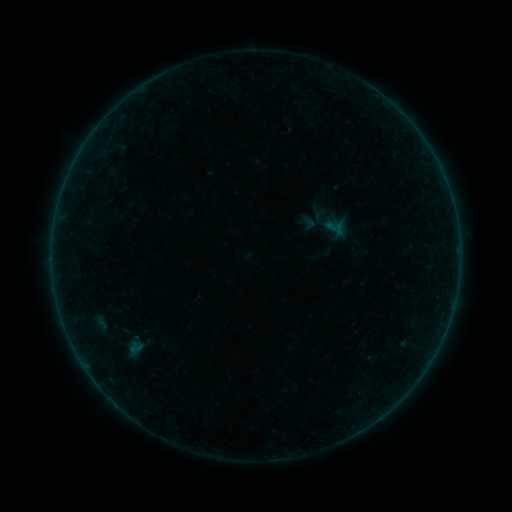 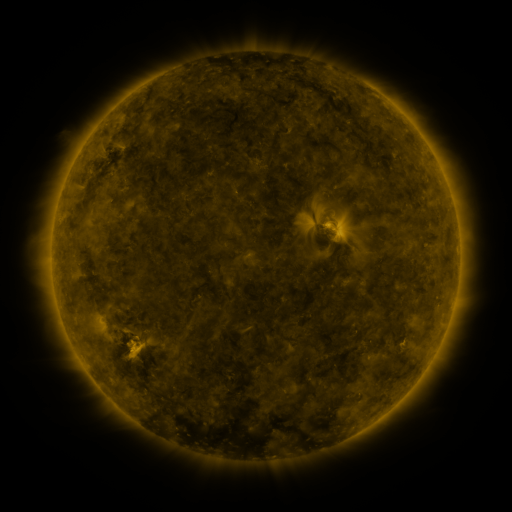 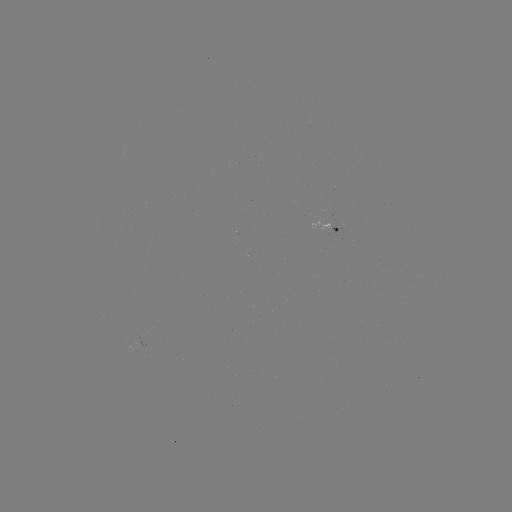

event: sigmoid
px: (335, 227)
